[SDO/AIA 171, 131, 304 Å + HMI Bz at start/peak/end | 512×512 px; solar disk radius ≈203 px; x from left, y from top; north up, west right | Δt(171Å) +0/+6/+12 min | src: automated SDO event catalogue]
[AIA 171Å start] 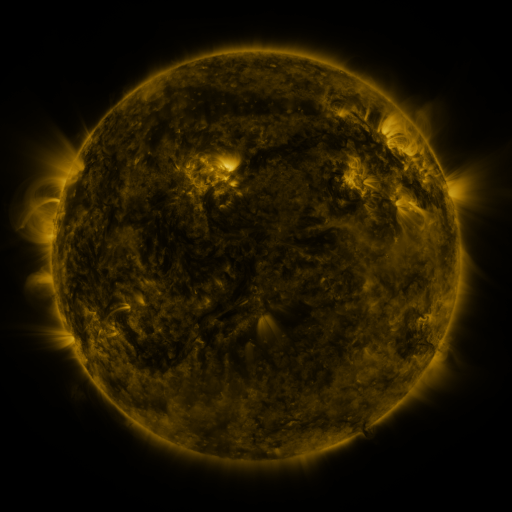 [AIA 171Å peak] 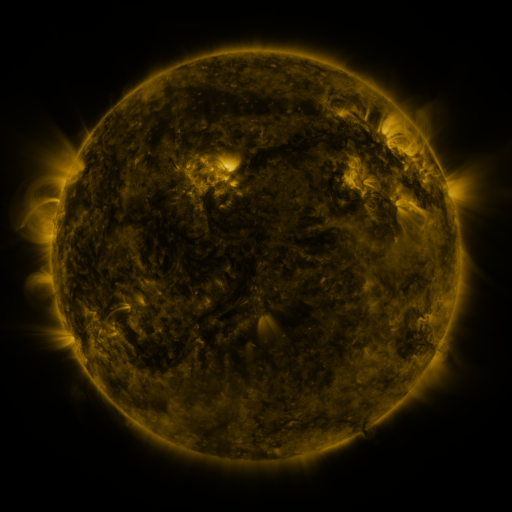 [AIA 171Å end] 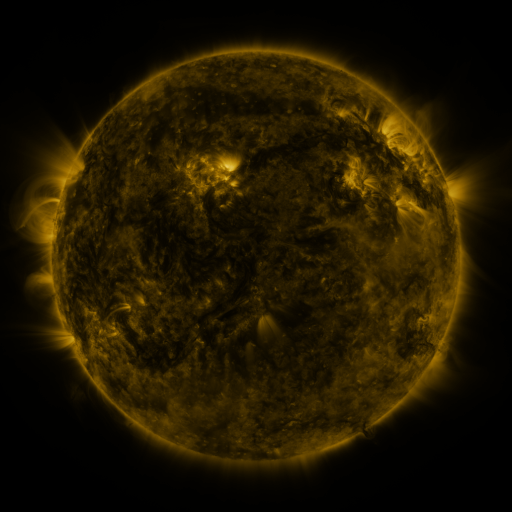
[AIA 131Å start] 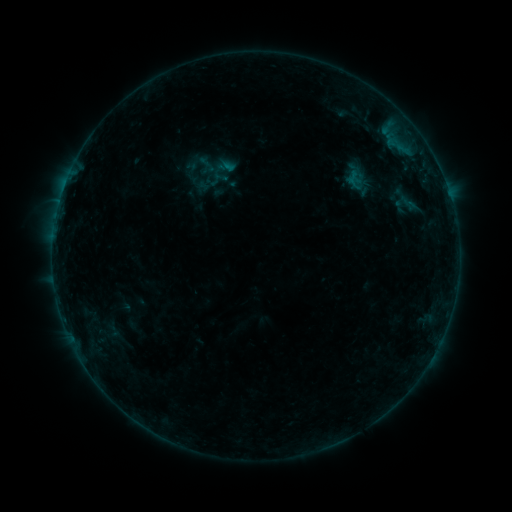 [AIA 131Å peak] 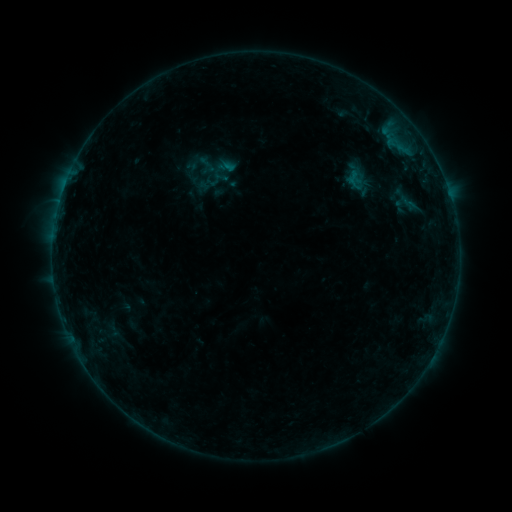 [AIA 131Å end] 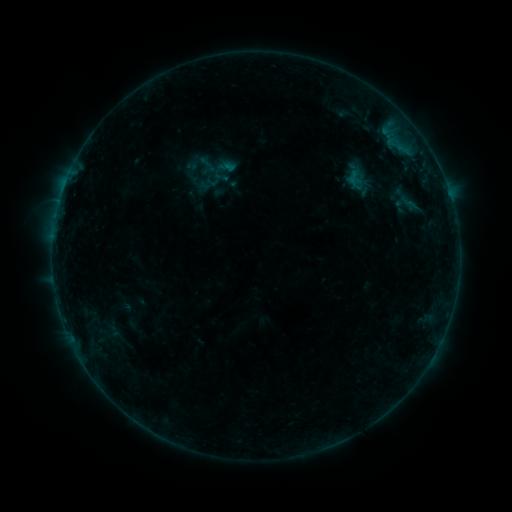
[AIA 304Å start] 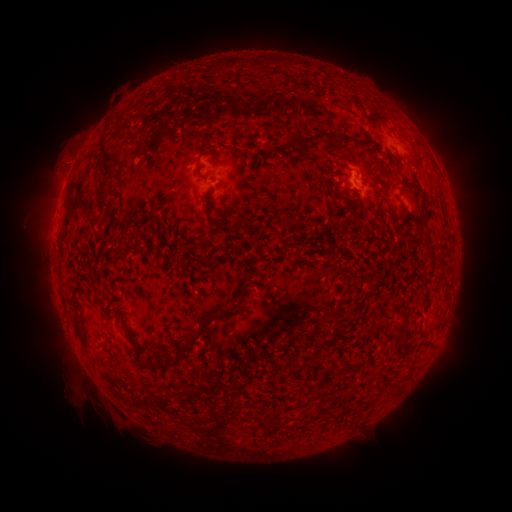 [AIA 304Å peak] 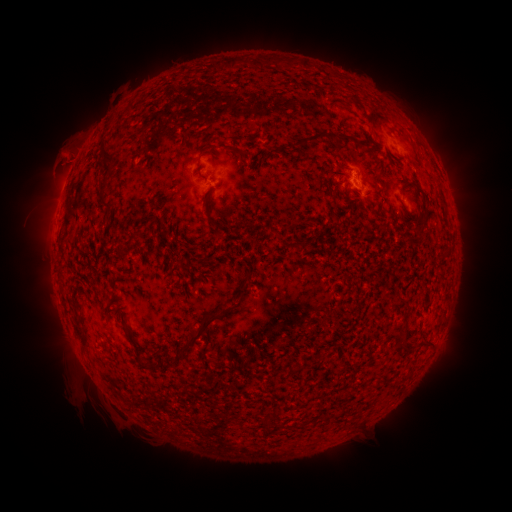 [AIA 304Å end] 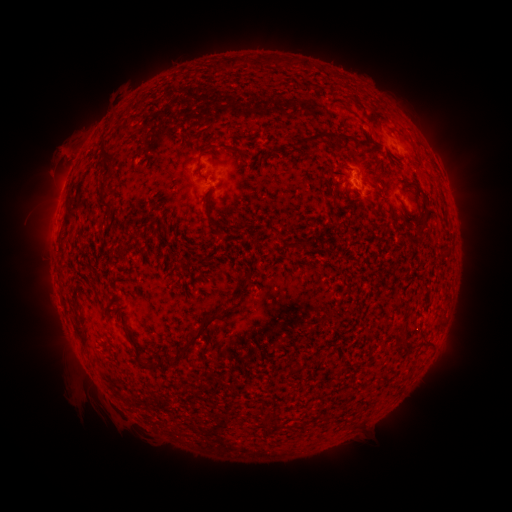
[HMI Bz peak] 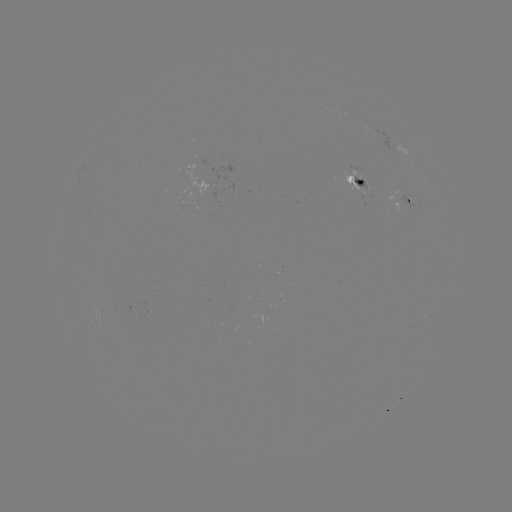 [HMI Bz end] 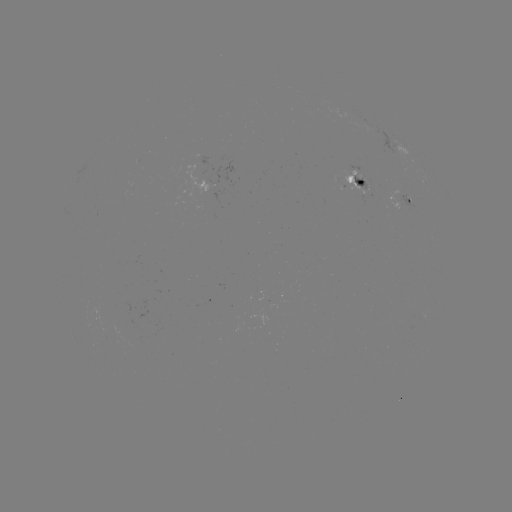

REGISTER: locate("eruption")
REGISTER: (66, 156)